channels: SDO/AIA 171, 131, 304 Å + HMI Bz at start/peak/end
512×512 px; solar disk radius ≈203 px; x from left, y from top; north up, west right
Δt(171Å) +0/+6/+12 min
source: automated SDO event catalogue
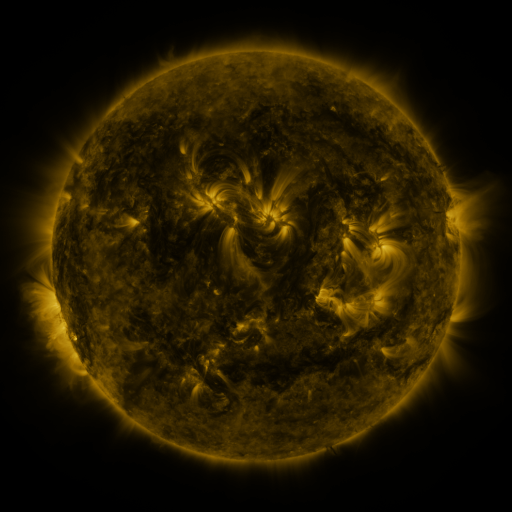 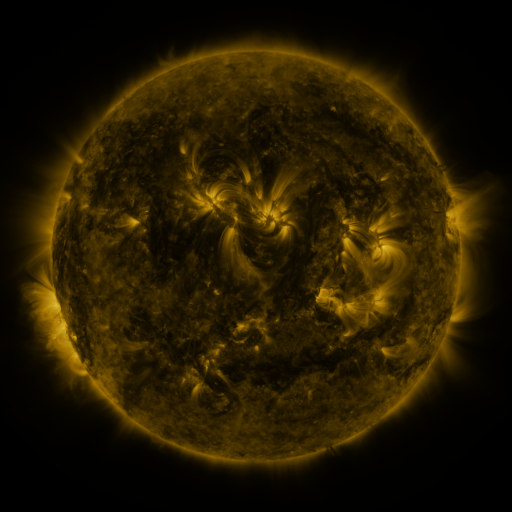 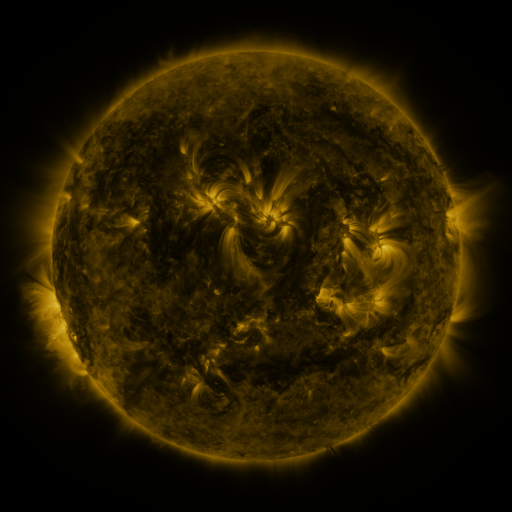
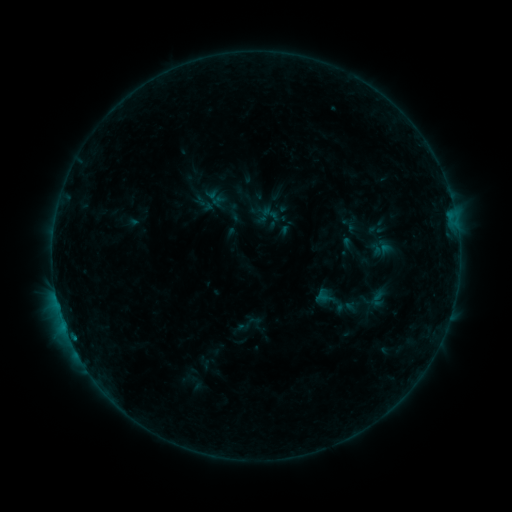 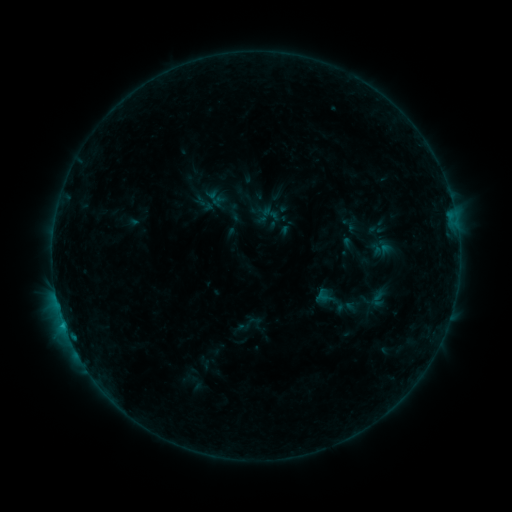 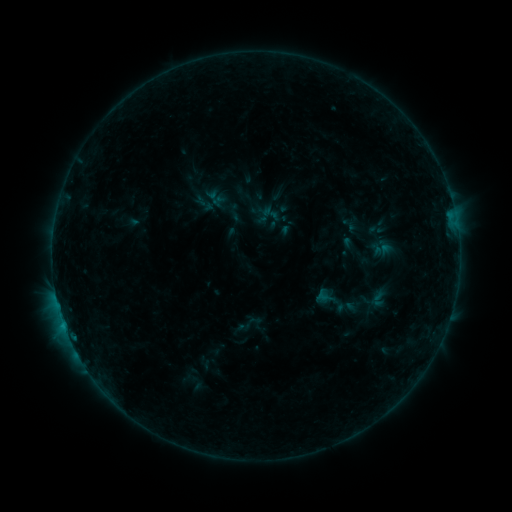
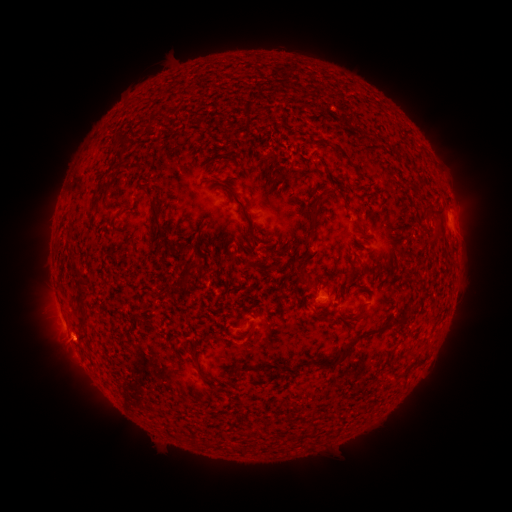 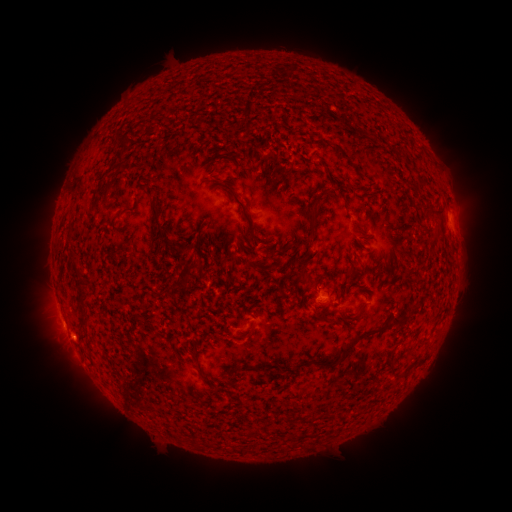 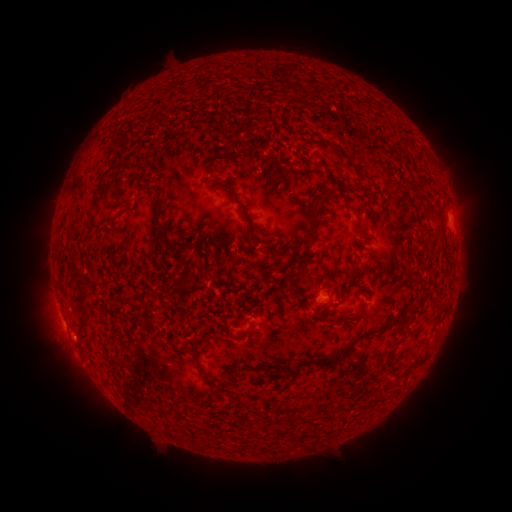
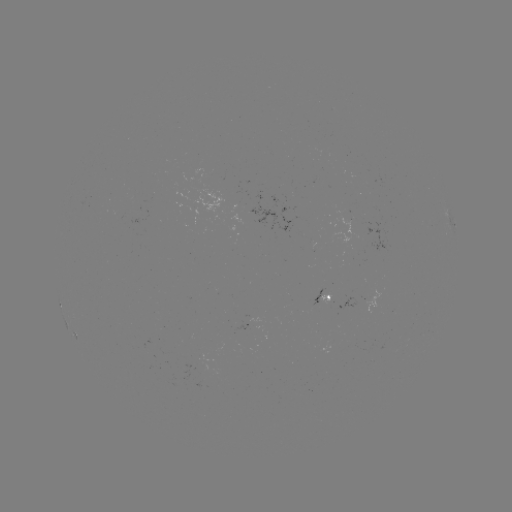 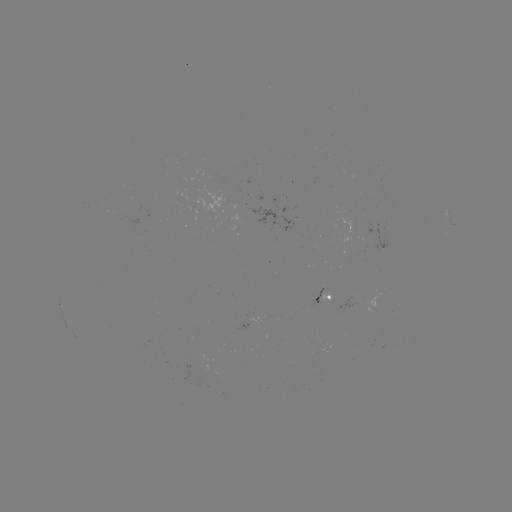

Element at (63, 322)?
B3.2 flare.